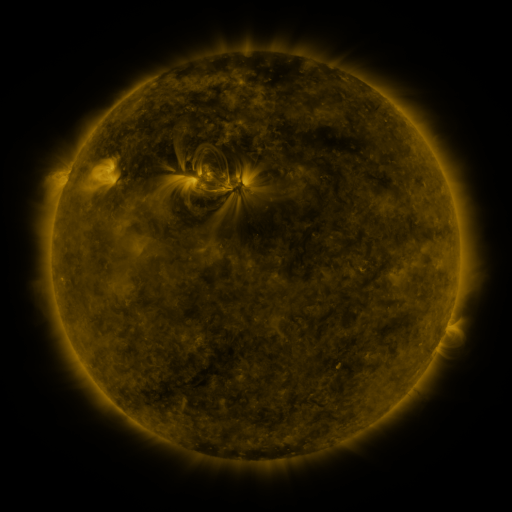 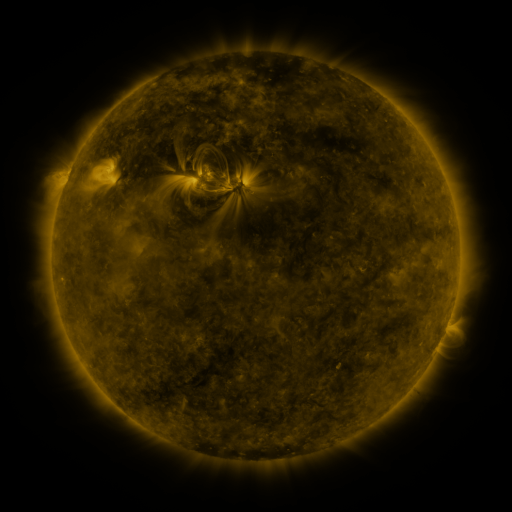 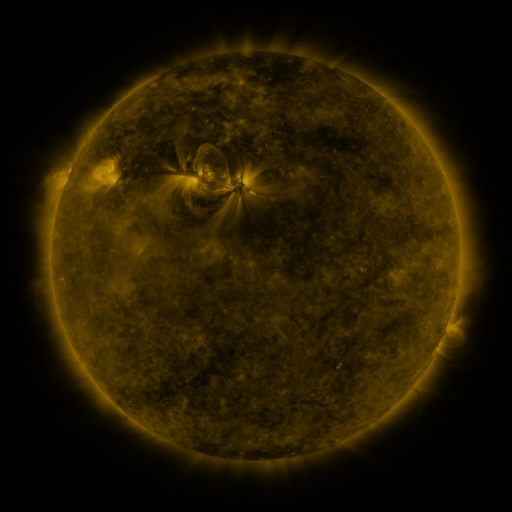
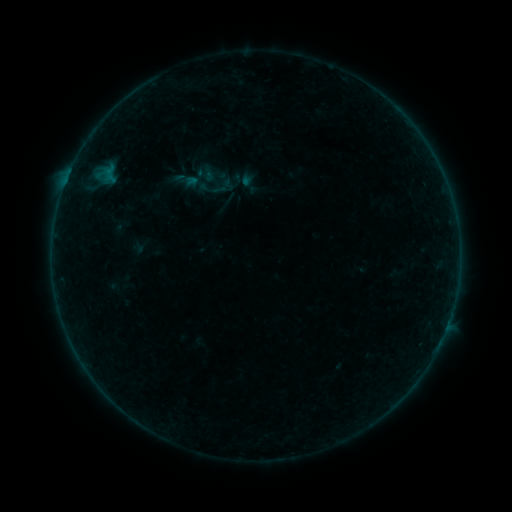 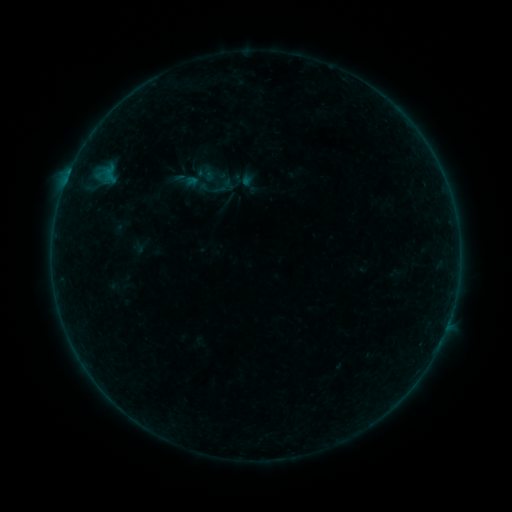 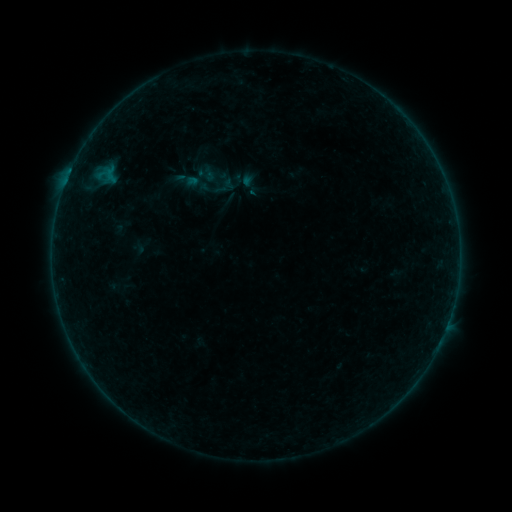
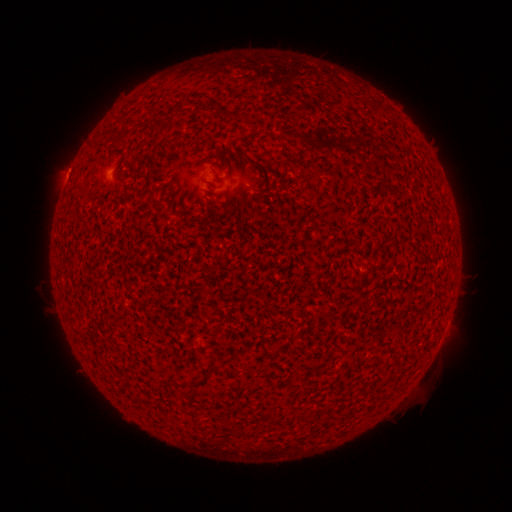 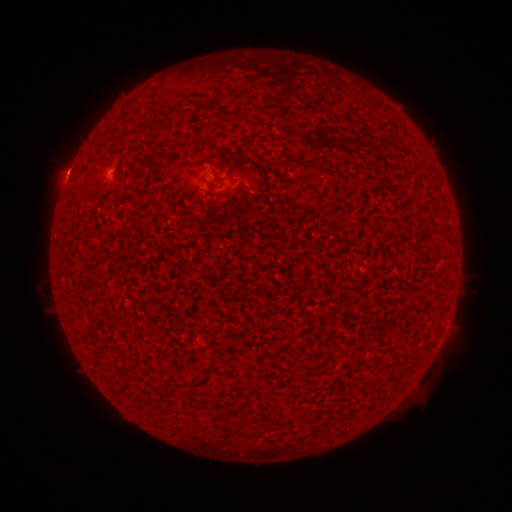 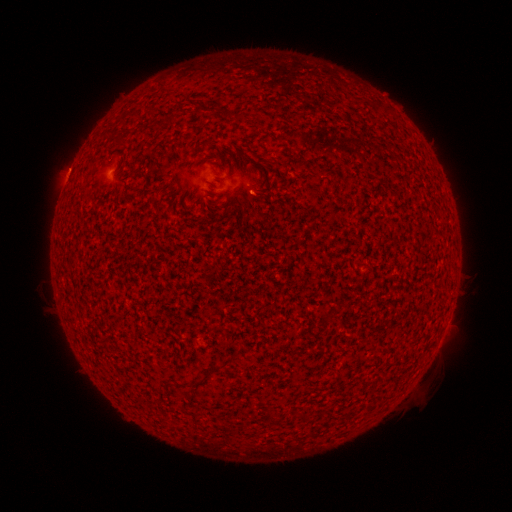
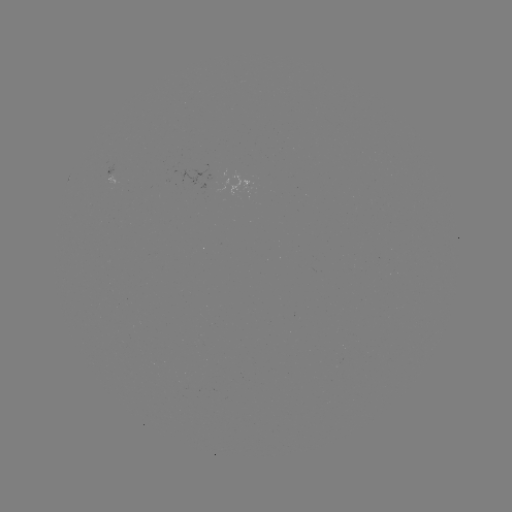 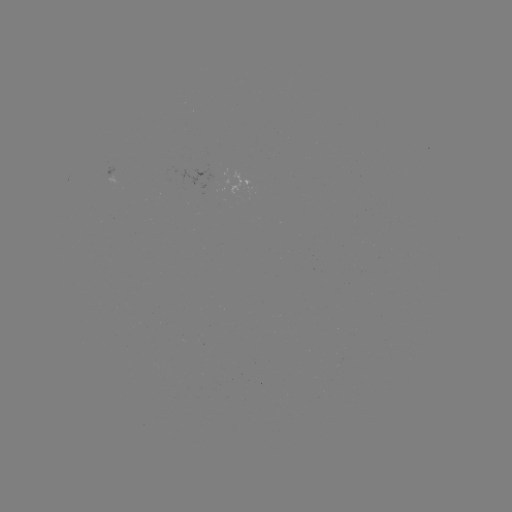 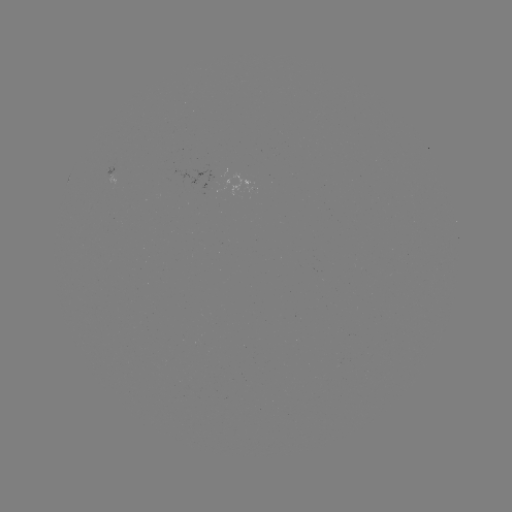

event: flare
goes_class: A8.1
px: (69, 178)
